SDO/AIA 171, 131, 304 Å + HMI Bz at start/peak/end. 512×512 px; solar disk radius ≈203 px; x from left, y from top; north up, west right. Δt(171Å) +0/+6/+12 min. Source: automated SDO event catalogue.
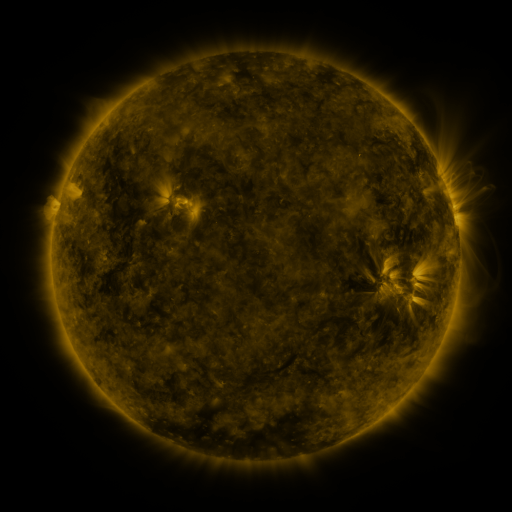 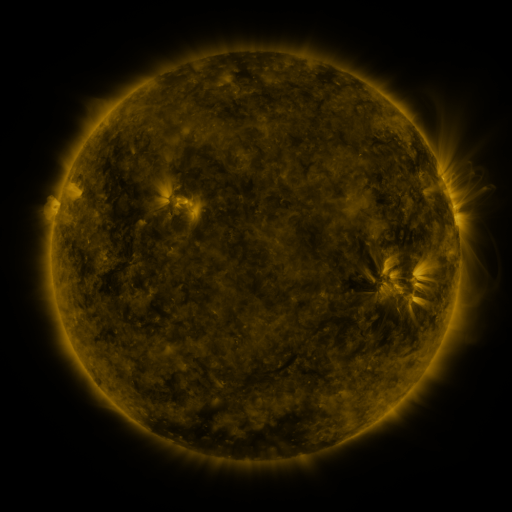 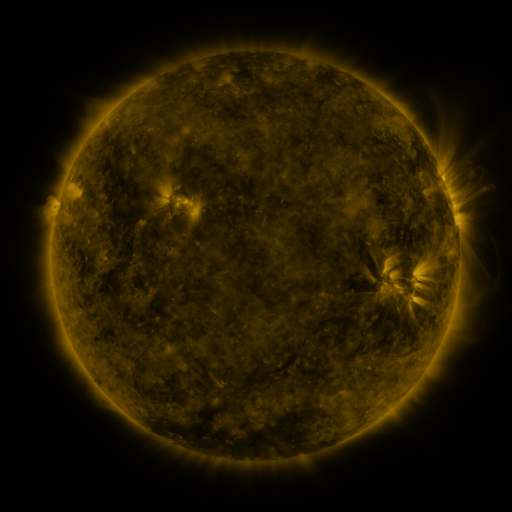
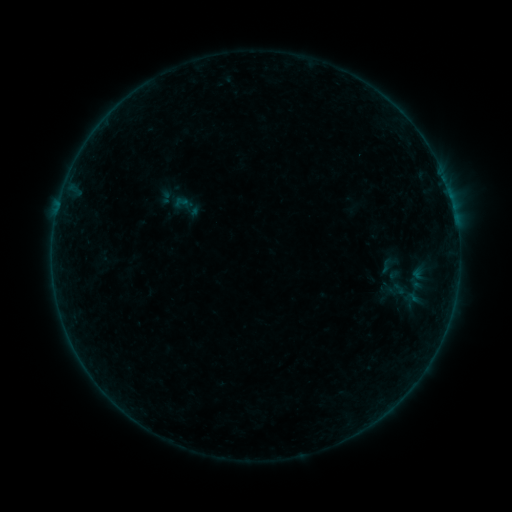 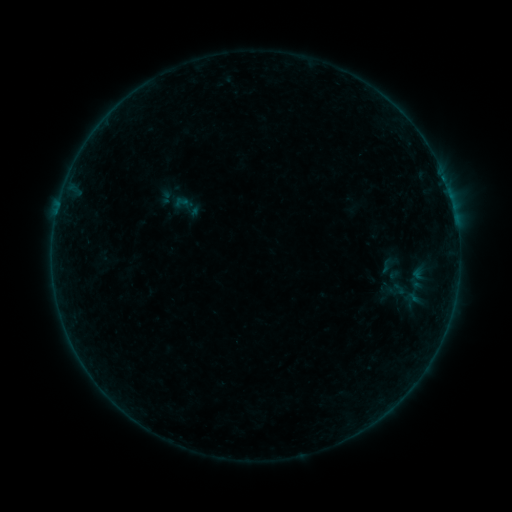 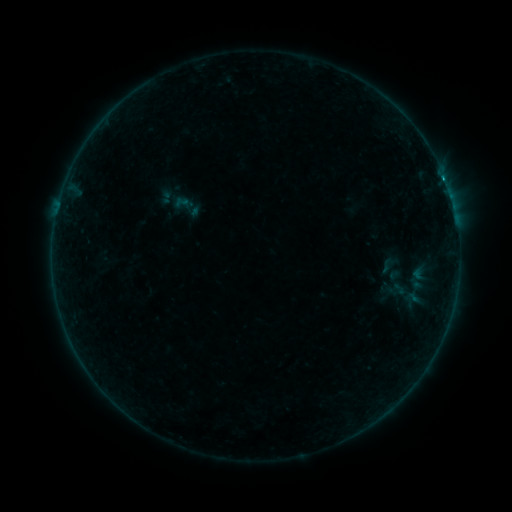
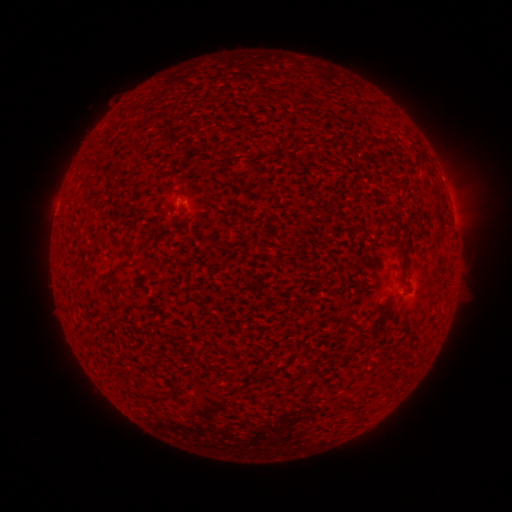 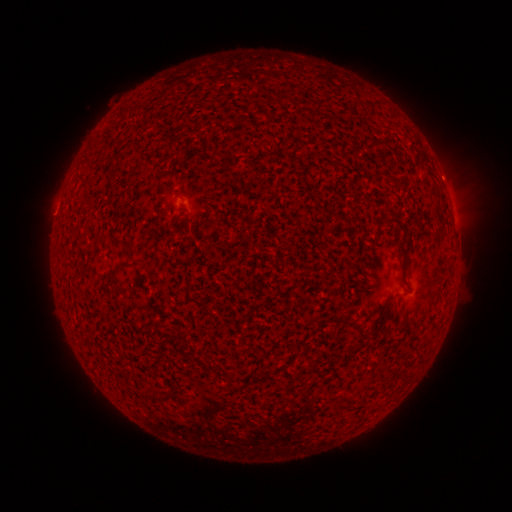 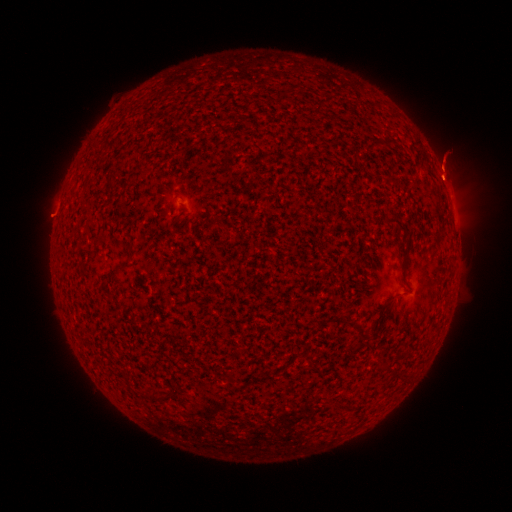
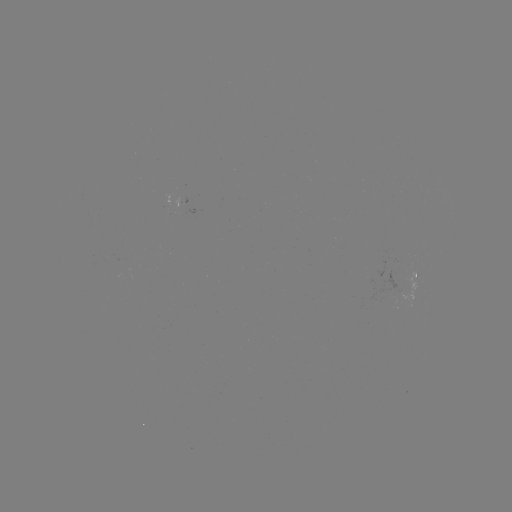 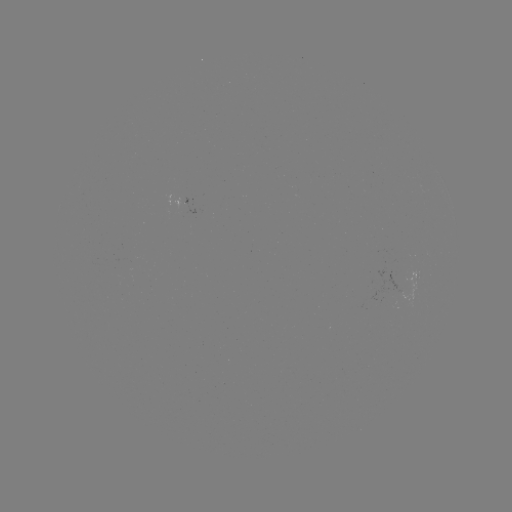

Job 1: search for B2.9 flare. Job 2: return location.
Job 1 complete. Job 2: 443,181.